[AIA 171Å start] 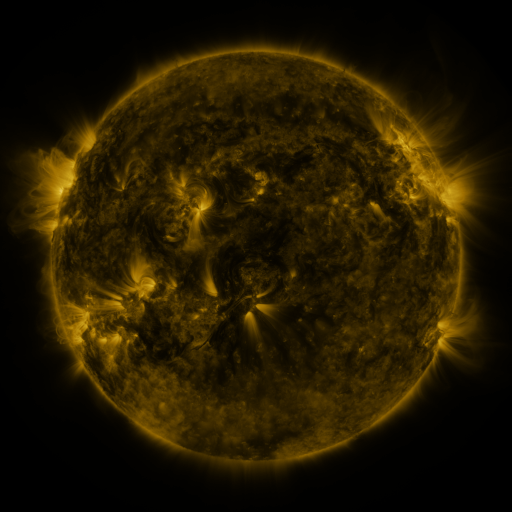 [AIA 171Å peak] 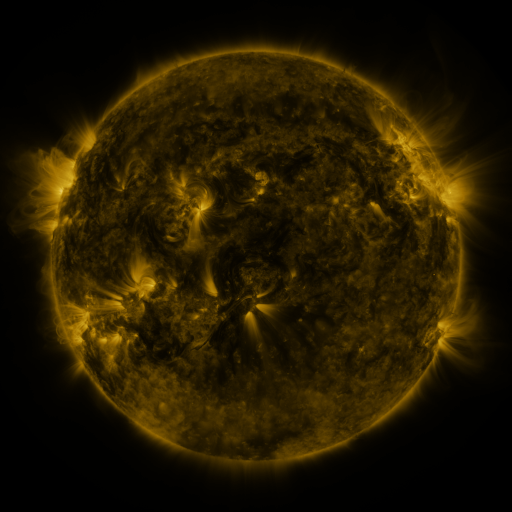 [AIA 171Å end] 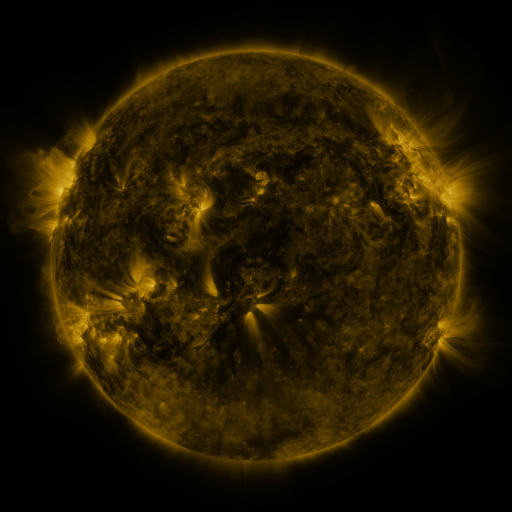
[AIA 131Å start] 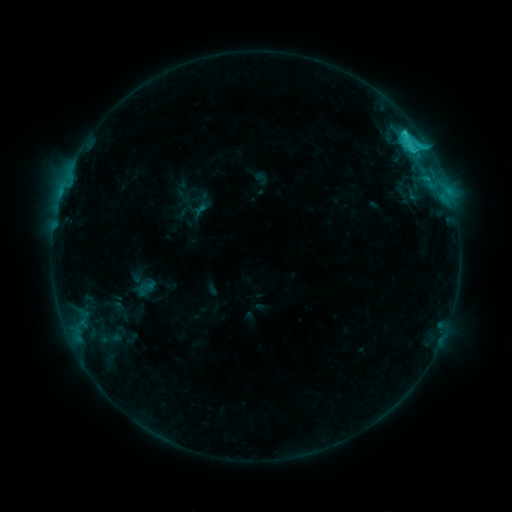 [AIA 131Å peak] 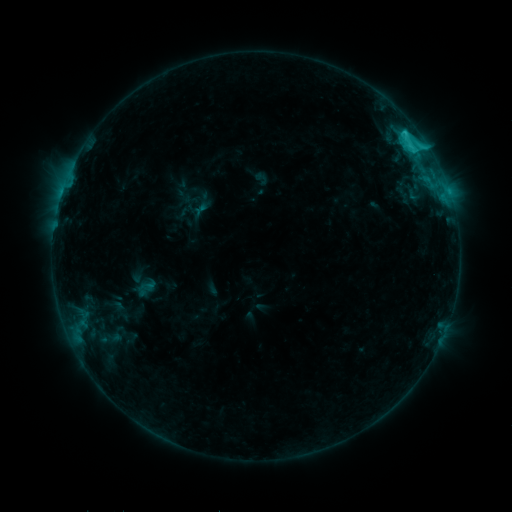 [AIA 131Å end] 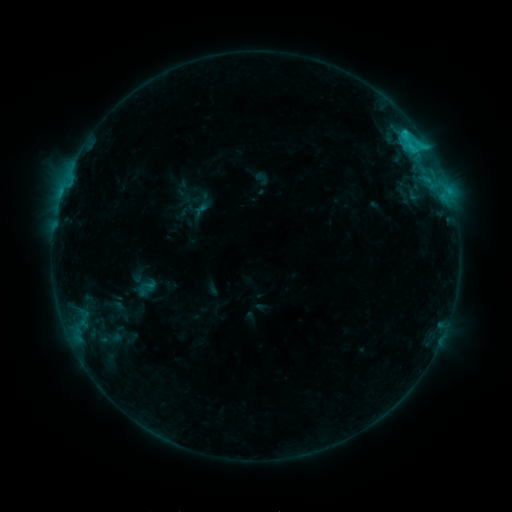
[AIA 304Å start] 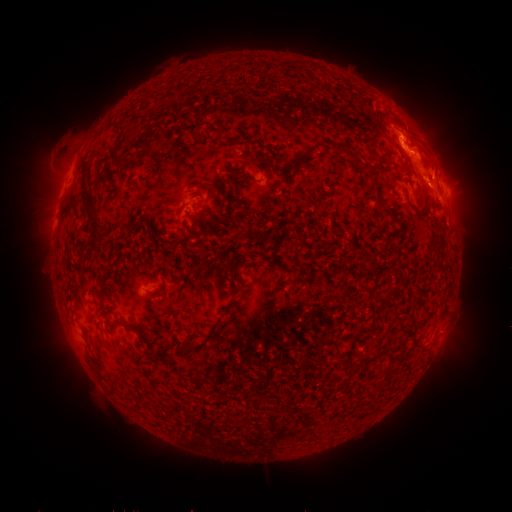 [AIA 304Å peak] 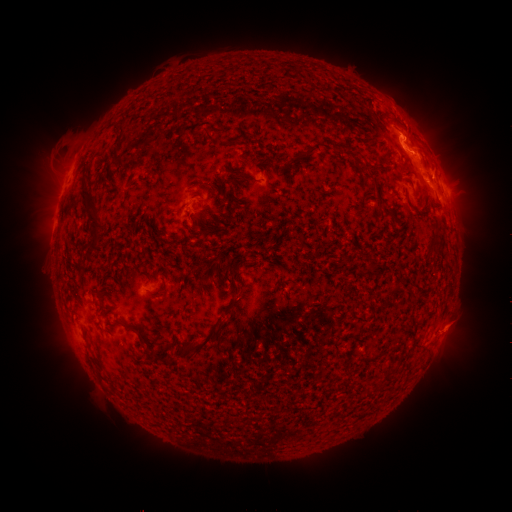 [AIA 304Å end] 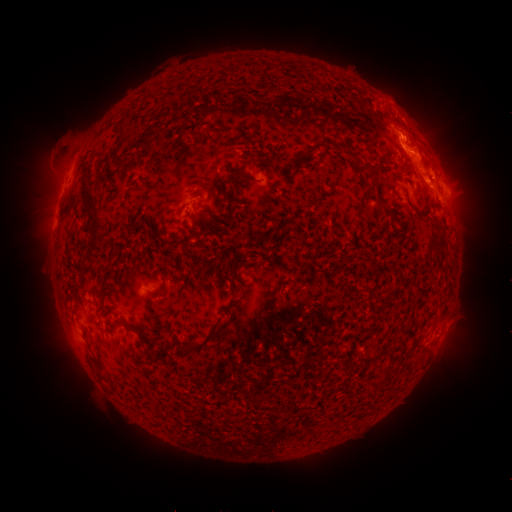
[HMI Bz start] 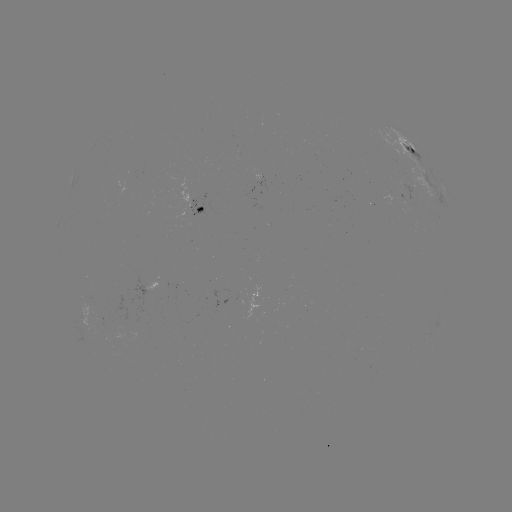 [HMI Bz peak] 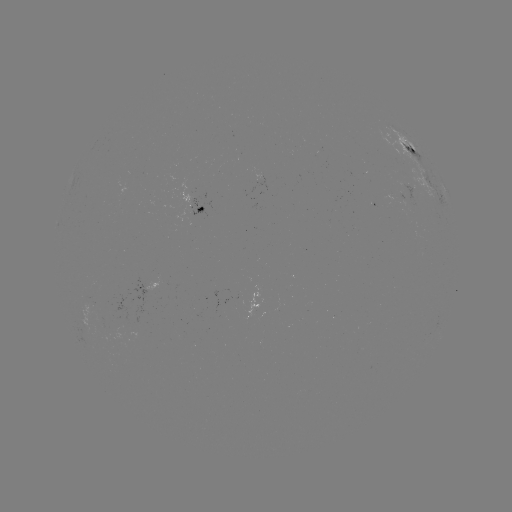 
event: eruption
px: (459, 326)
